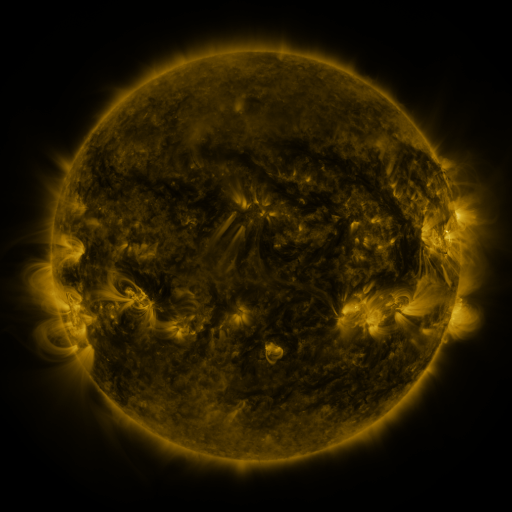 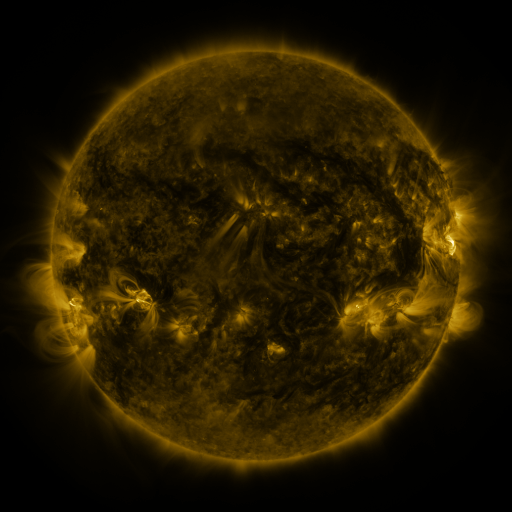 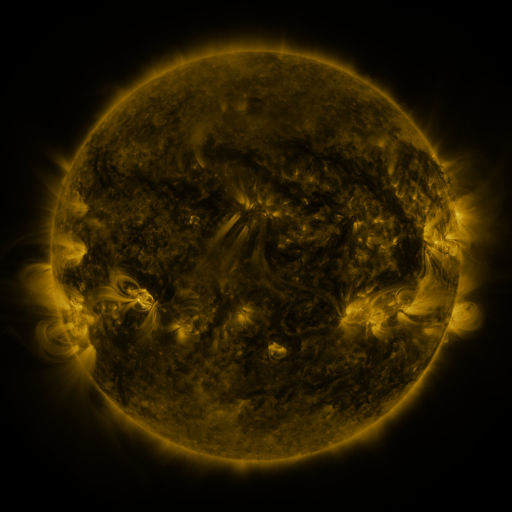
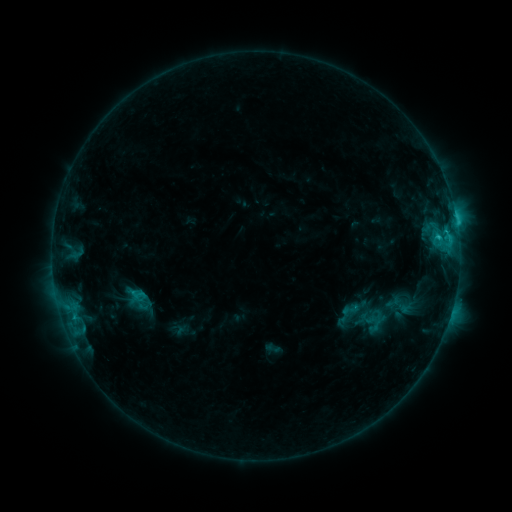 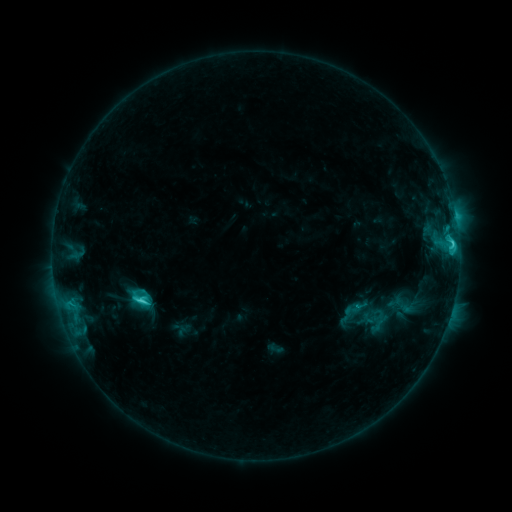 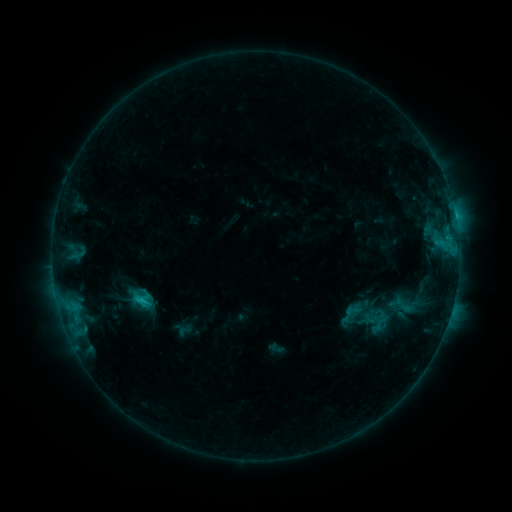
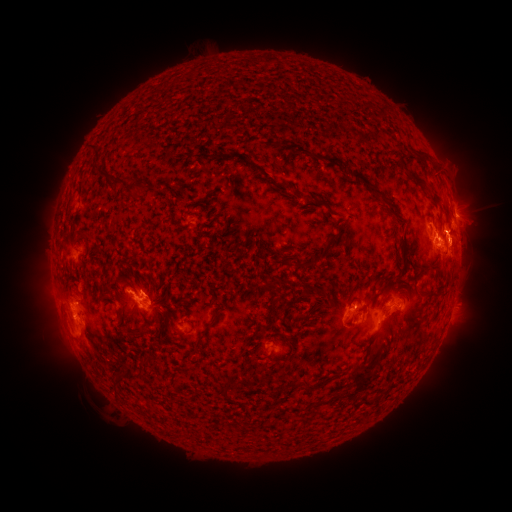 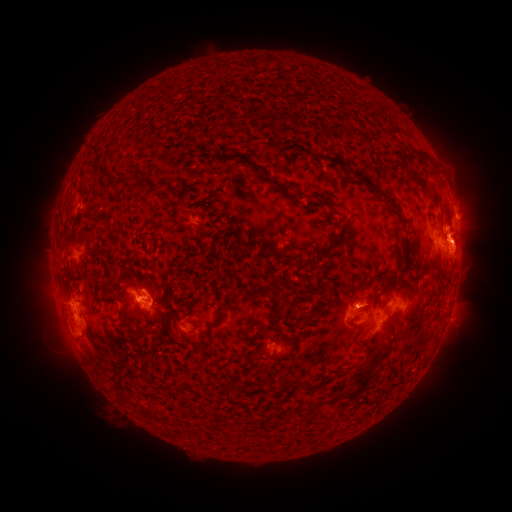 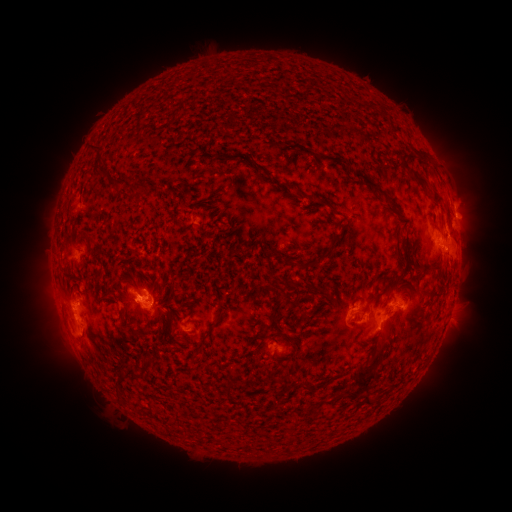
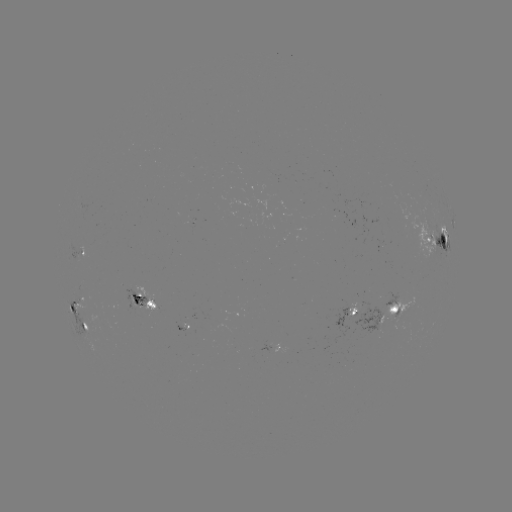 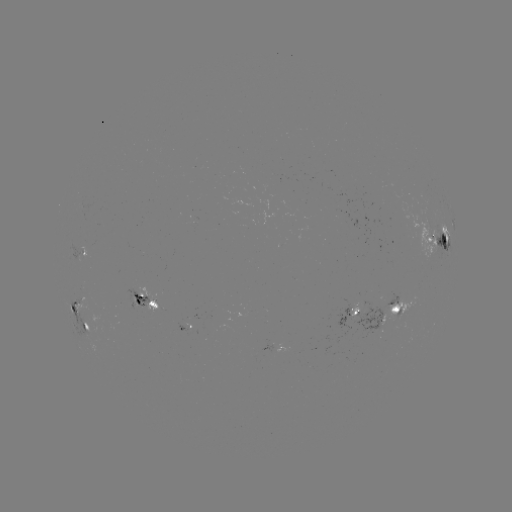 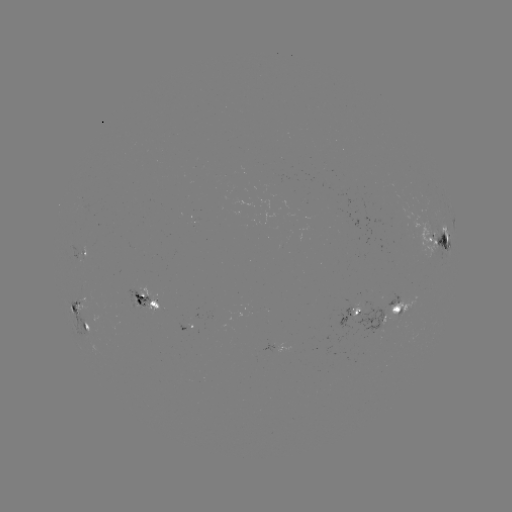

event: emerging-flux region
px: (366, 312)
